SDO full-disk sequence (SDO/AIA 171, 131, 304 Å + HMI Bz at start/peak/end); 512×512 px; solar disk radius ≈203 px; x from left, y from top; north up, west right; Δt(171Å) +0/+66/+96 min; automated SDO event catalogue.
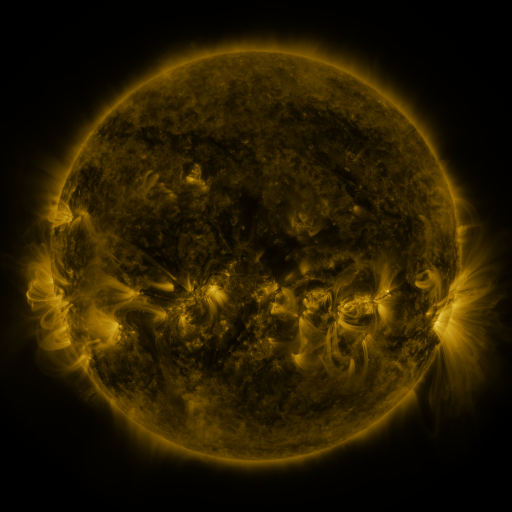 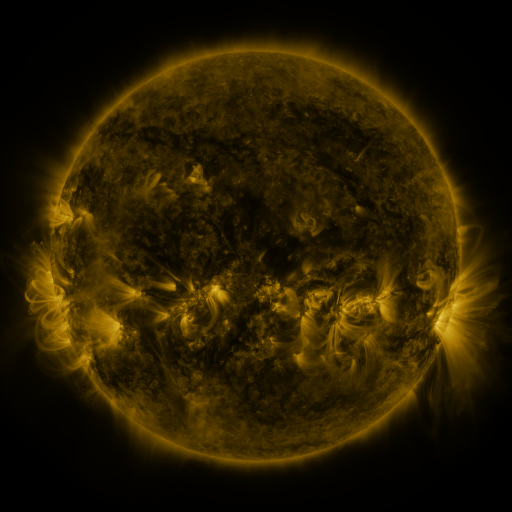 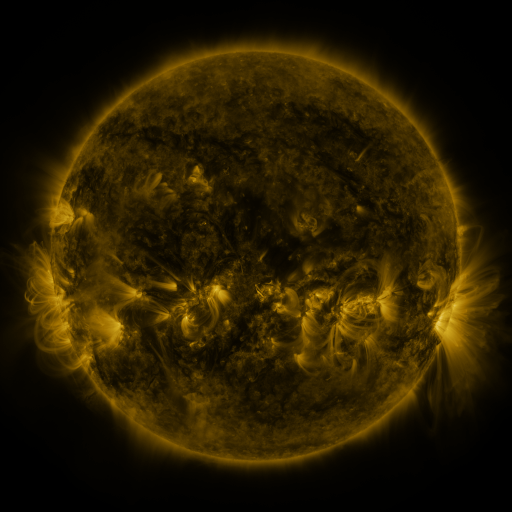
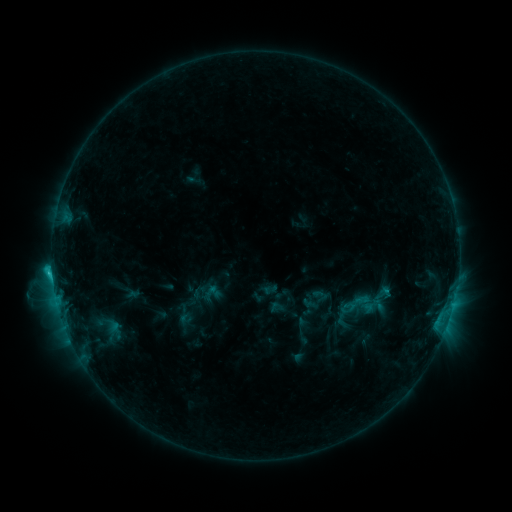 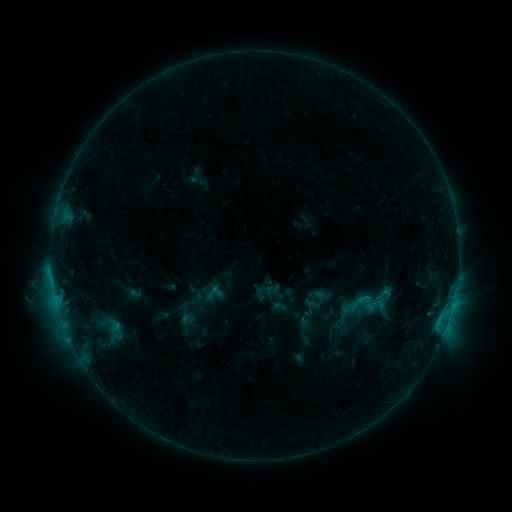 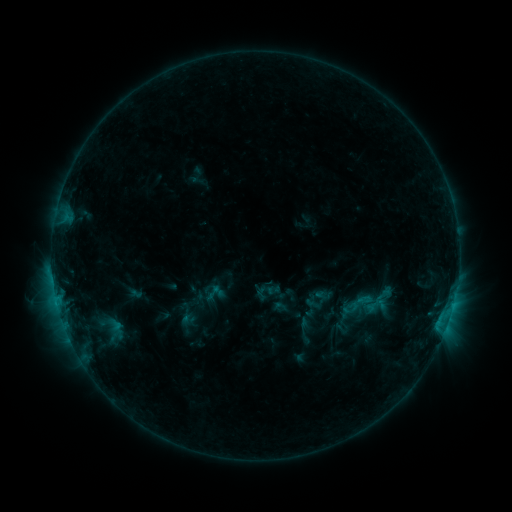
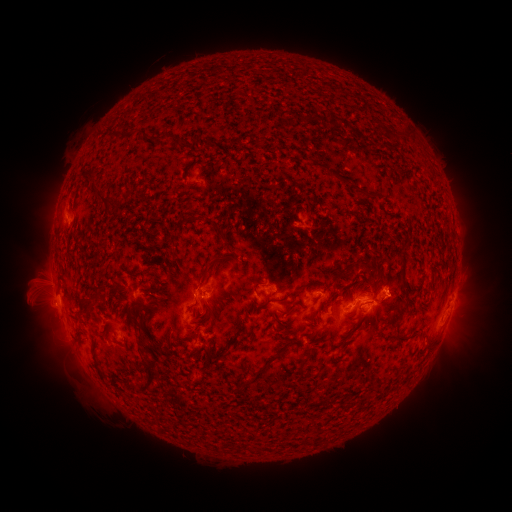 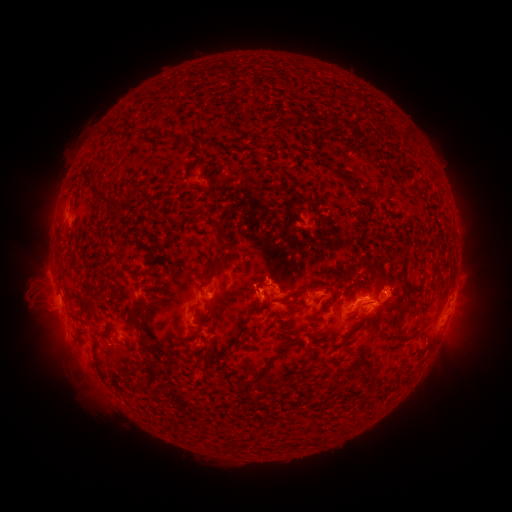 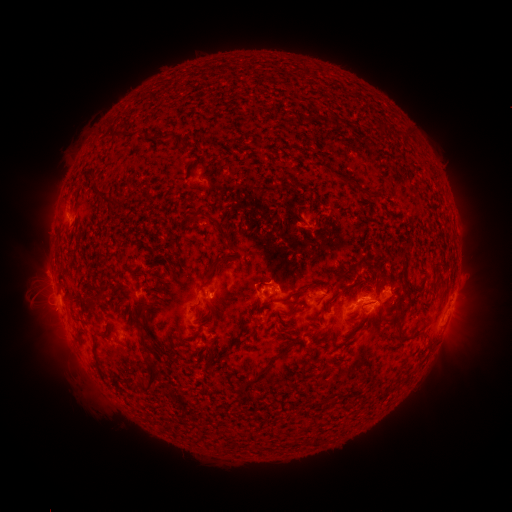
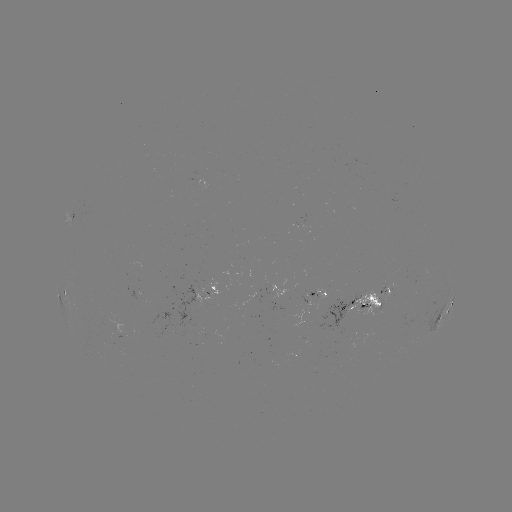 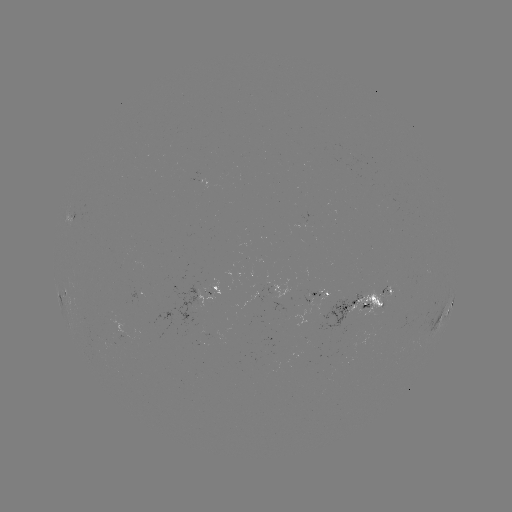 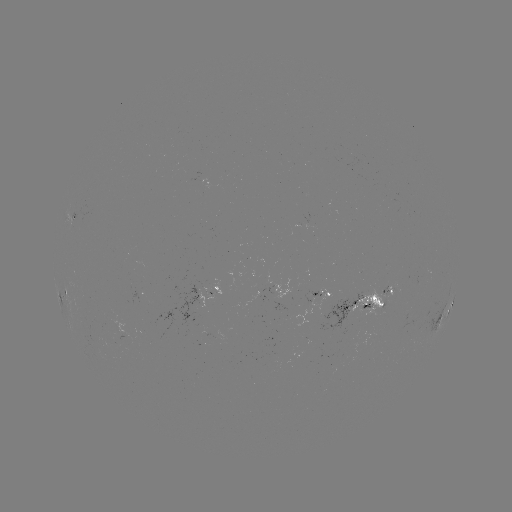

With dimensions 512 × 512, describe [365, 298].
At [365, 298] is emerging-flux region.